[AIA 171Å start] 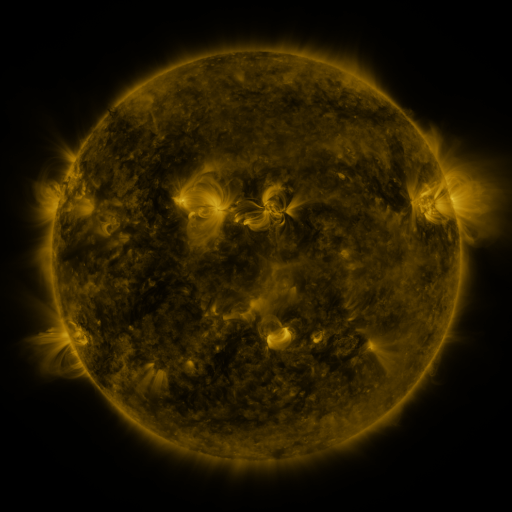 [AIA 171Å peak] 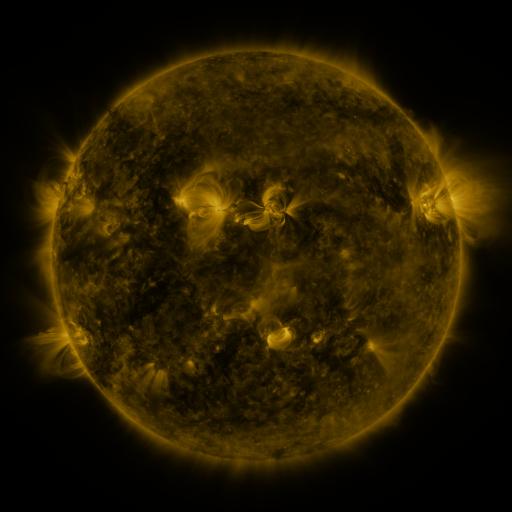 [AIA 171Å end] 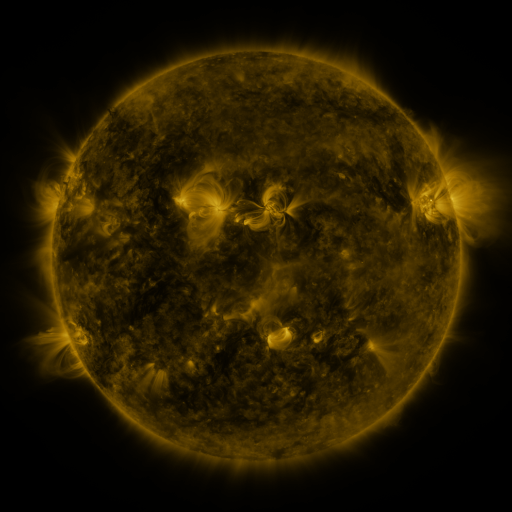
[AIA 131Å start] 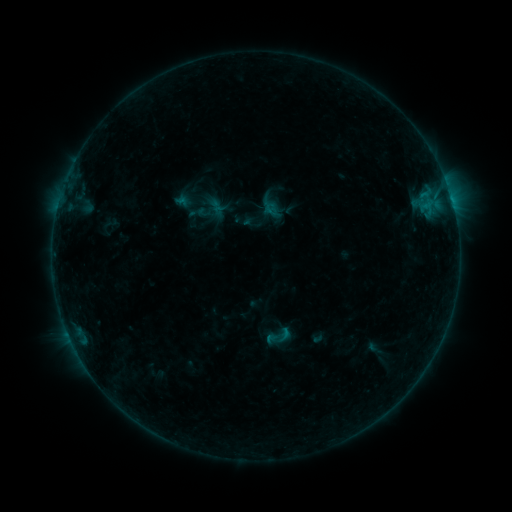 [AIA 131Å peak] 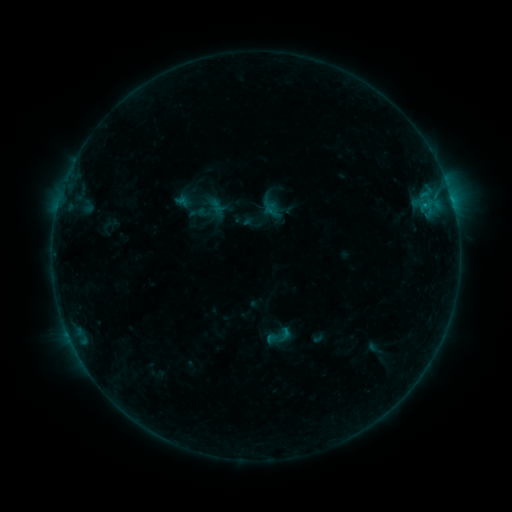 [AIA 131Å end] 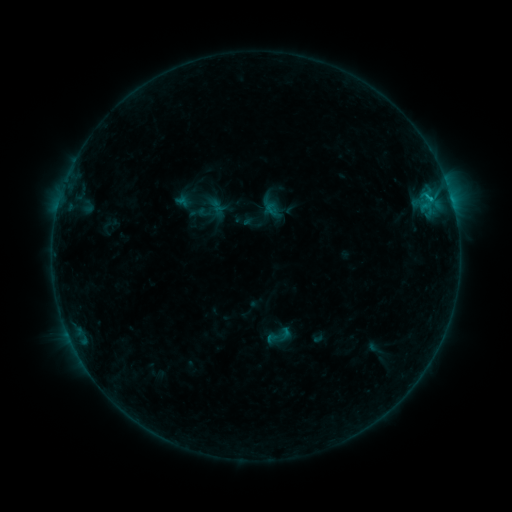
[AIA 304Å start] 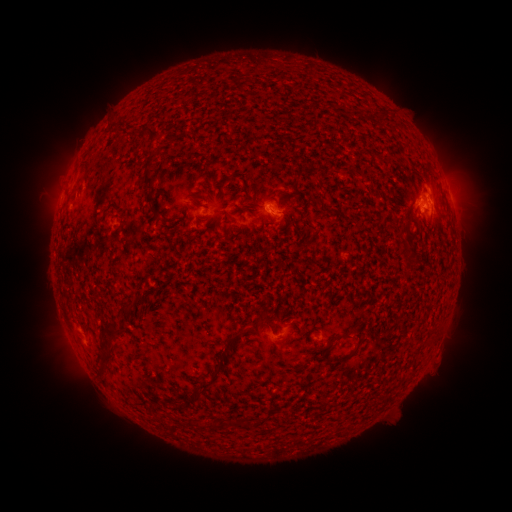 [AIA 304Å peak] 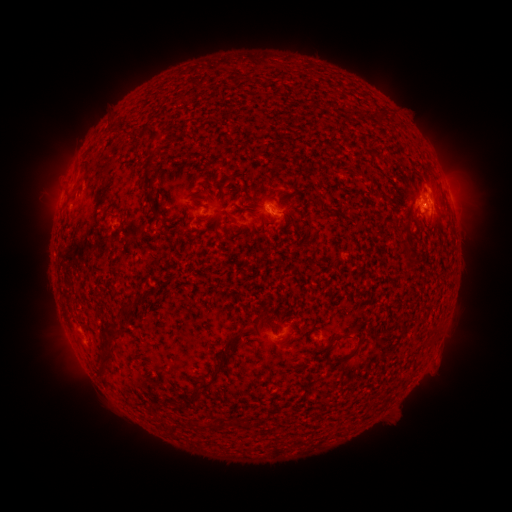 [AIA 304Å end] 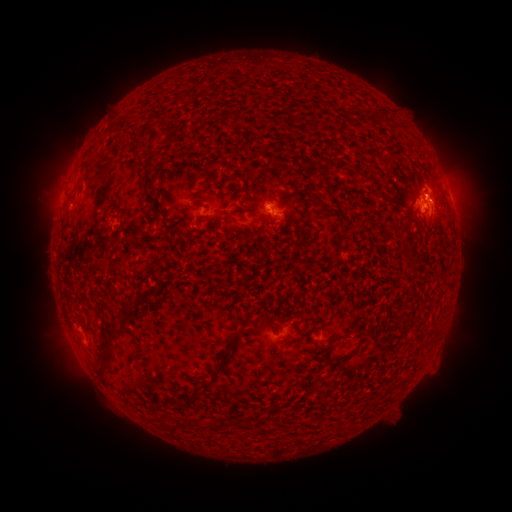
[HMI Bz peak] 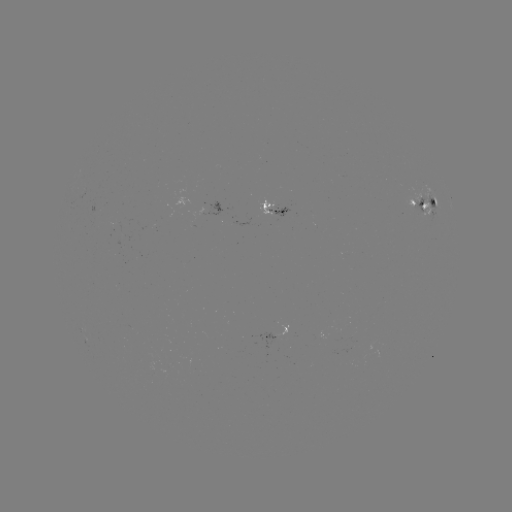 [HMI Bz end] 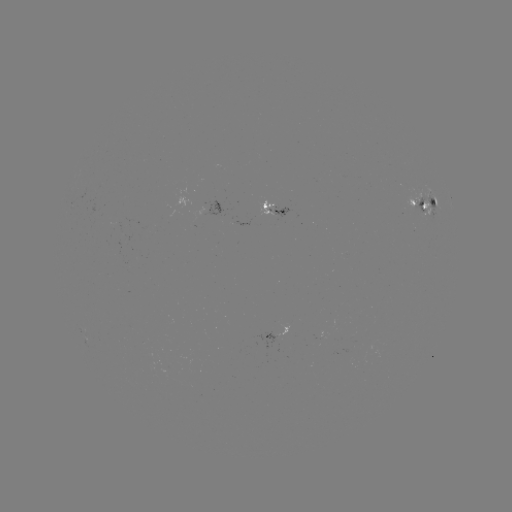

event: flare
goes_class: B8.0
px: (424, 207)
